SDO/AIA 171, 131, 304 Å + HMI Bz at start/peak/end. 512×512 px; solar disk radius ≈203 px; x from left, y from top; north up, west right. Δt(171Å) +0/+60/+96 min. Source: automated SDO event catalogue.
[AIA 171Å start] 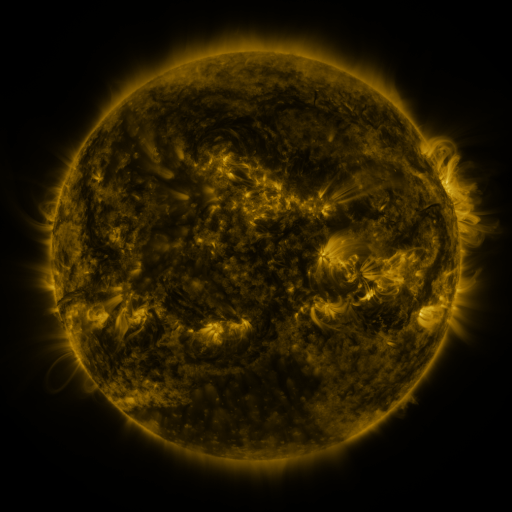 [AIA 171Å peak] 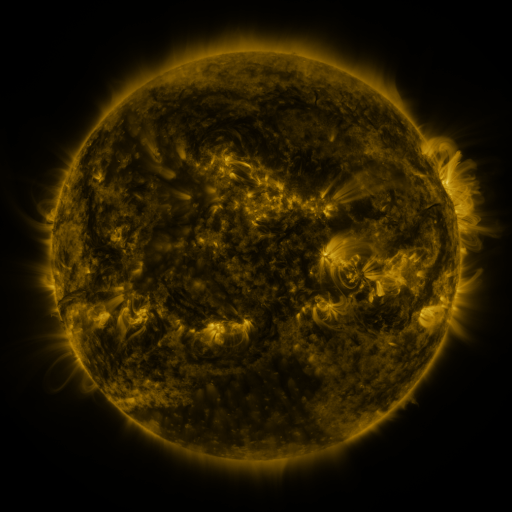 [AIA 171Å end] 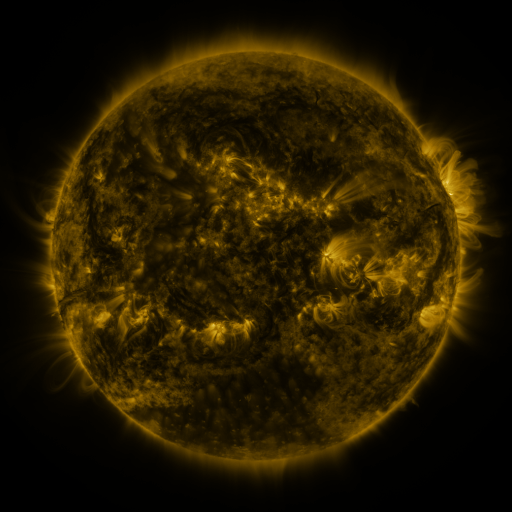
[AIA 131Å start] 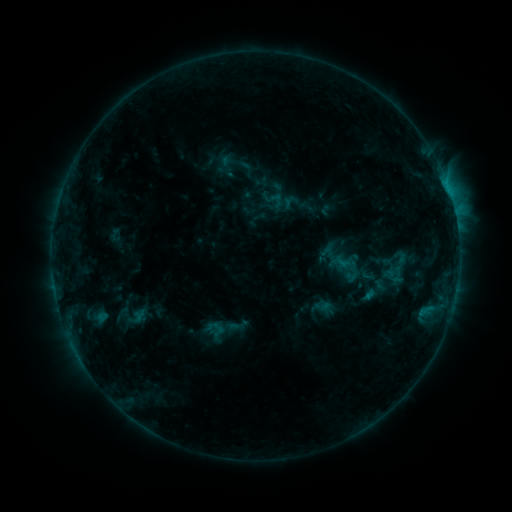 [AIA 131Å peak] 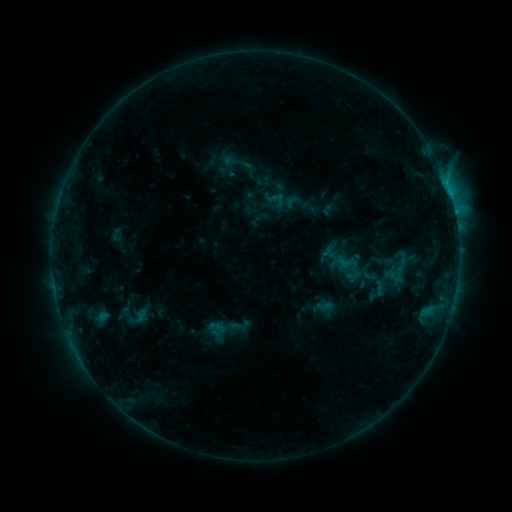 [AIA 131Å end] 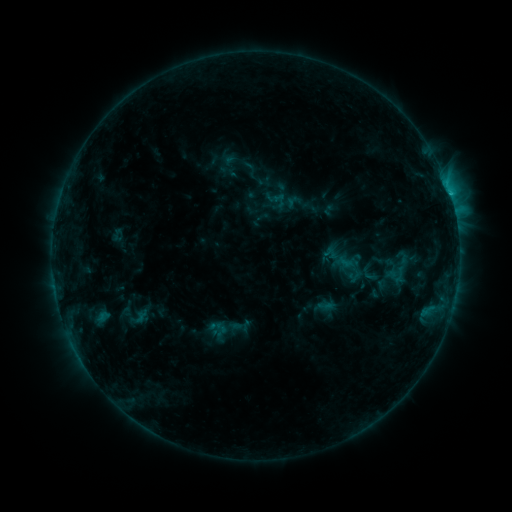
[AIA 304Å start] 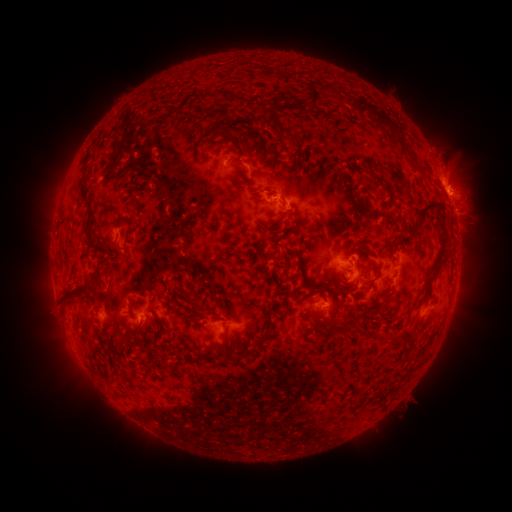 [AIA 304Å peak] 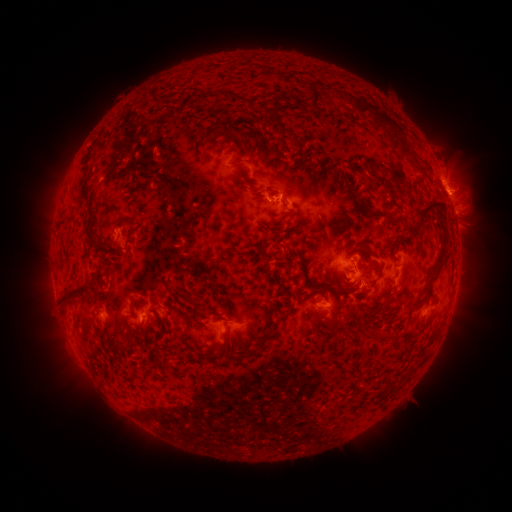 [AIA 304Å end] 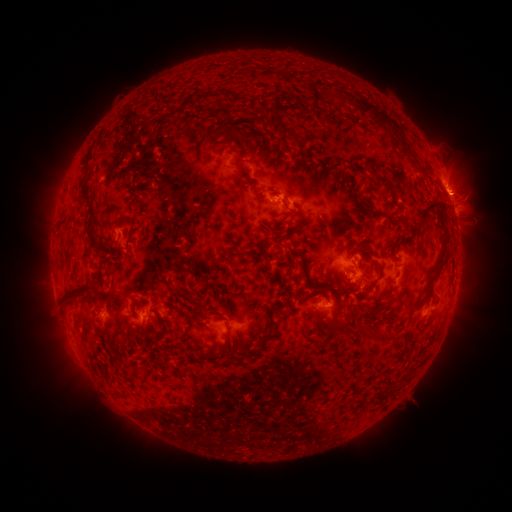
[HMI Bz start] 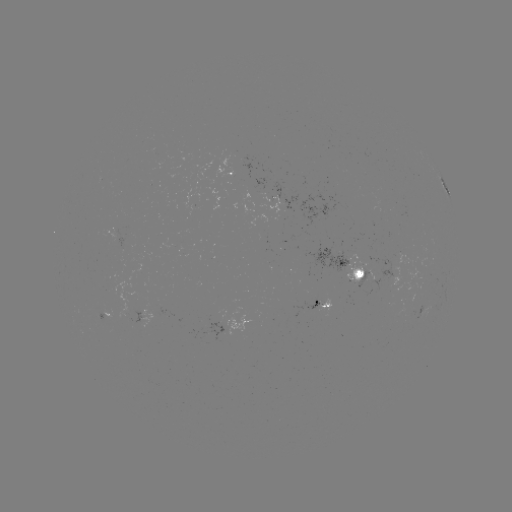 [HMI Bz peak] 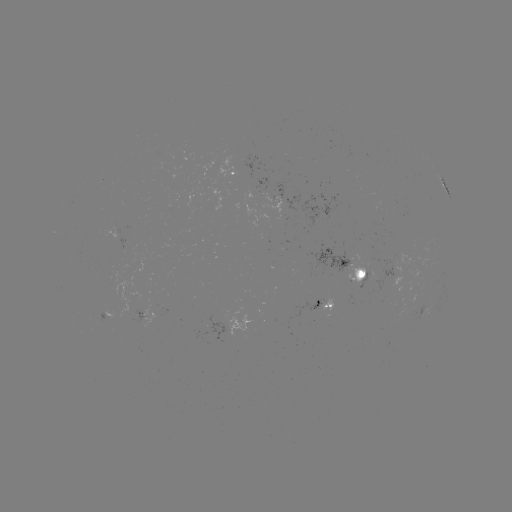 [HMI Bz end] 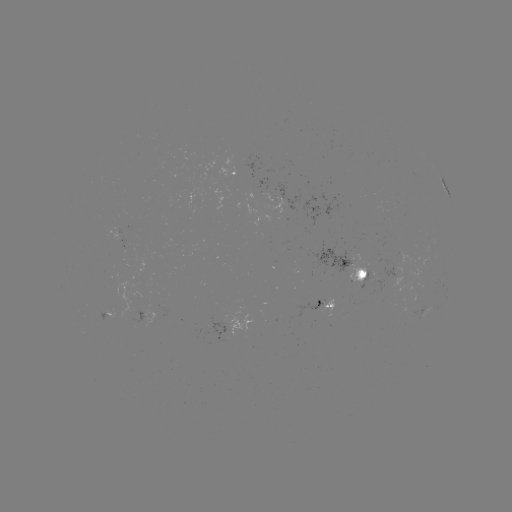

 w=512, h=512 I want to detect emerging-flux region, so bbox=[261, 192, 271, 202].